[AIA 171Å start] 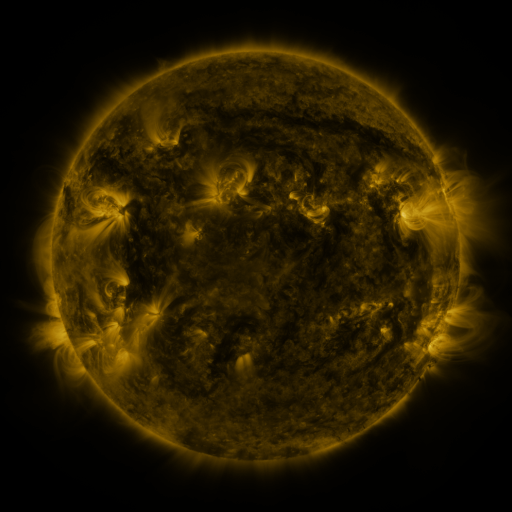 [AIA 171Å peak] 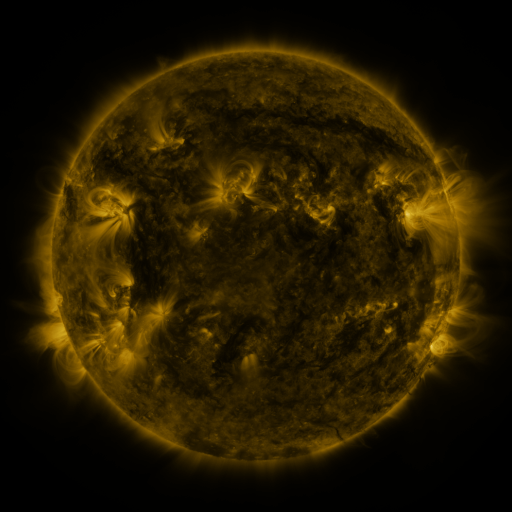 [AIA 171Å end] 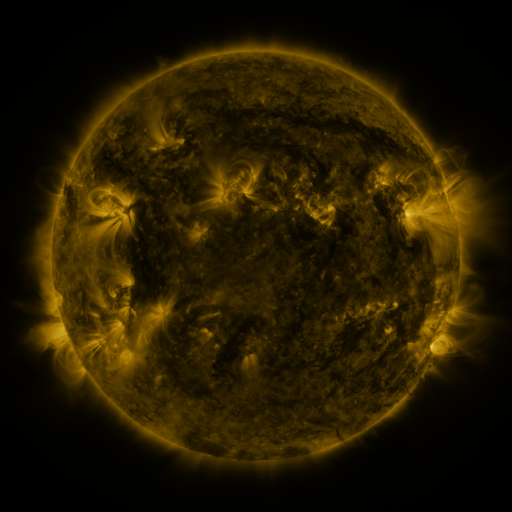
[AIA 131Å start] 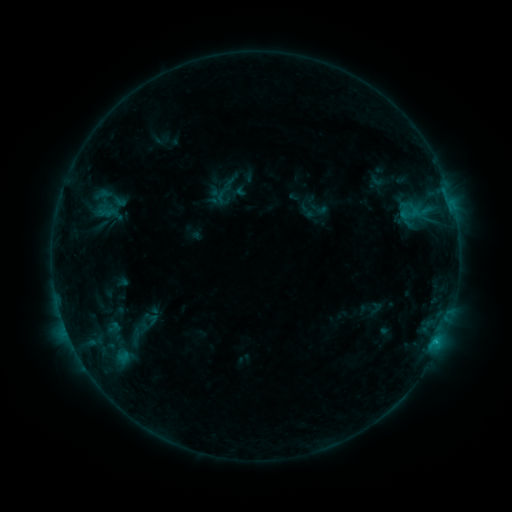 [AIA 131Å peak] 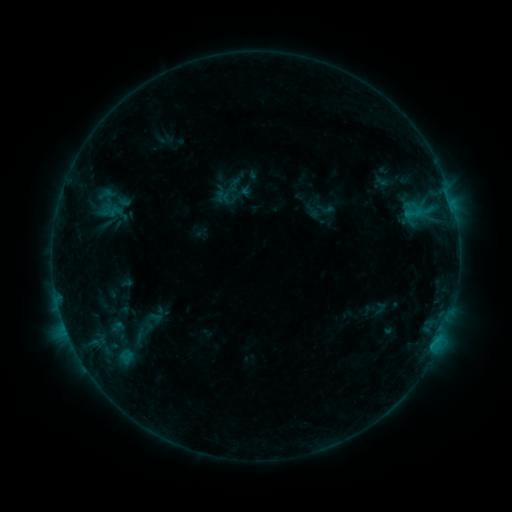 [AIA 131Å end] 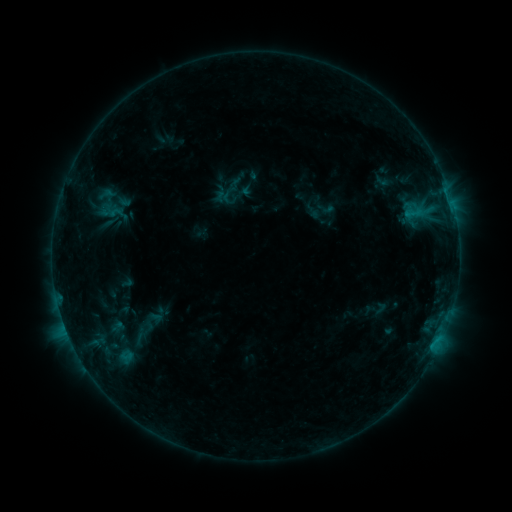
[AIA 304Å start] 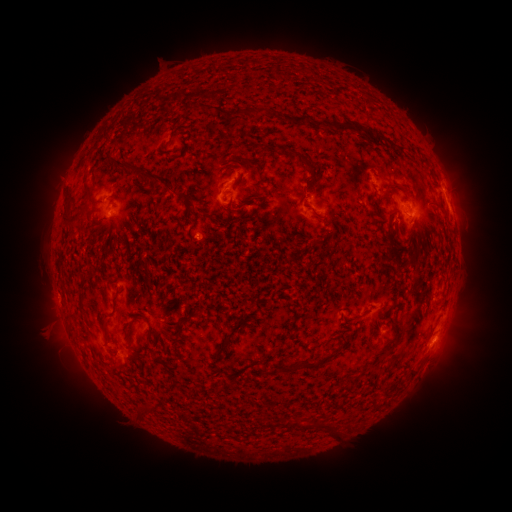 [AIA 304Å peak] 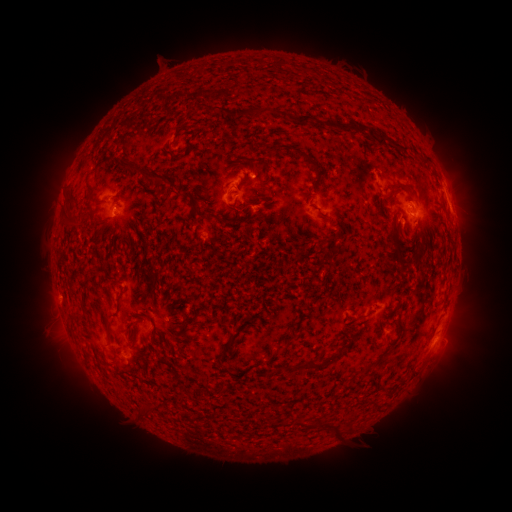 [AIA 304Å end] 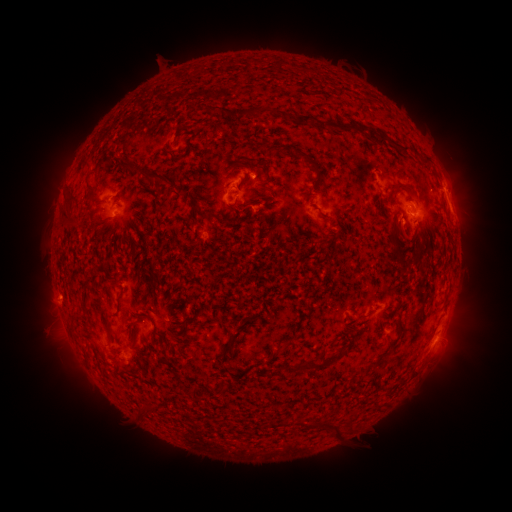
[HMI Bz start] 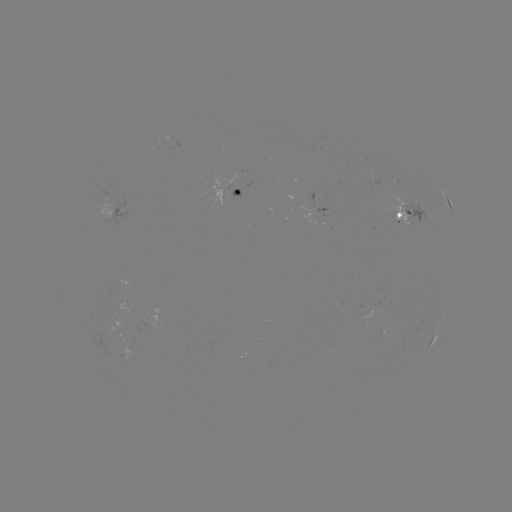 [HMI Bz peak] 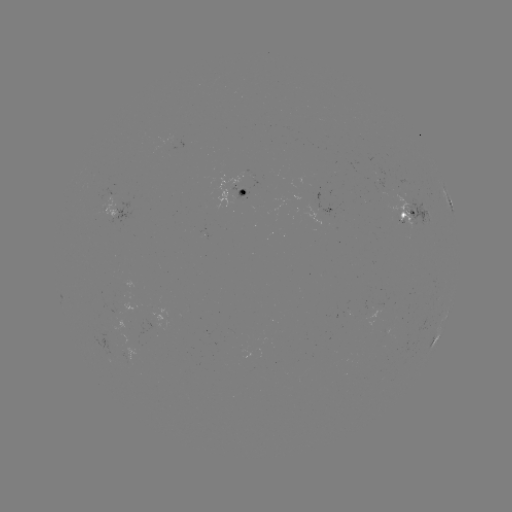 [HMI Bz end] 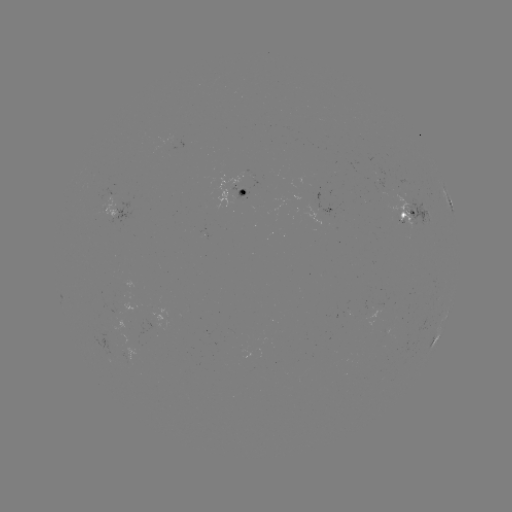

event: emerging-flux region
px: (401, 204)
